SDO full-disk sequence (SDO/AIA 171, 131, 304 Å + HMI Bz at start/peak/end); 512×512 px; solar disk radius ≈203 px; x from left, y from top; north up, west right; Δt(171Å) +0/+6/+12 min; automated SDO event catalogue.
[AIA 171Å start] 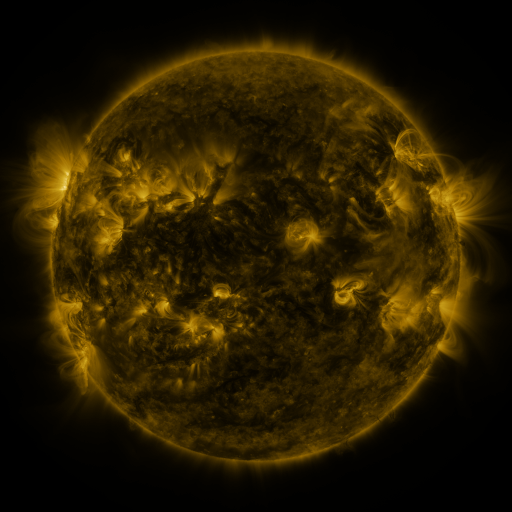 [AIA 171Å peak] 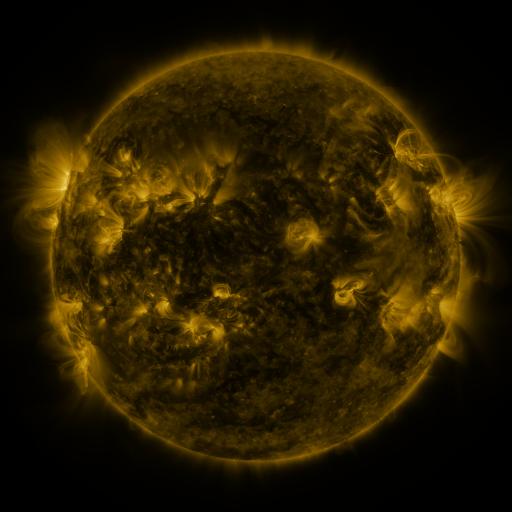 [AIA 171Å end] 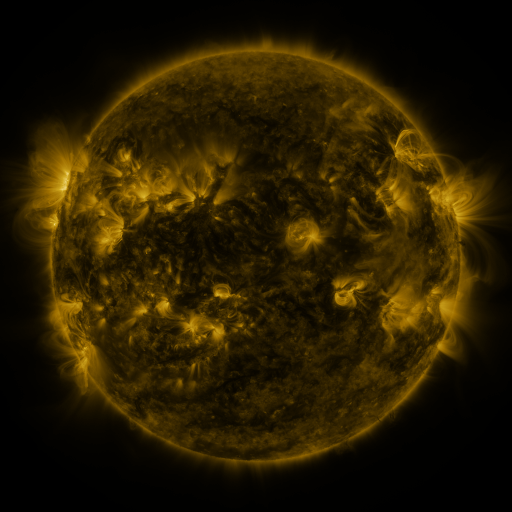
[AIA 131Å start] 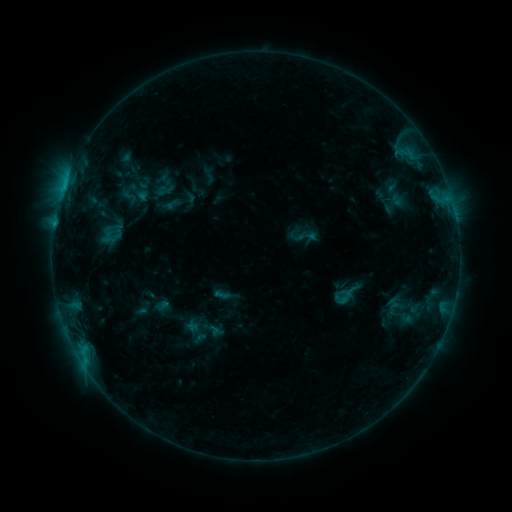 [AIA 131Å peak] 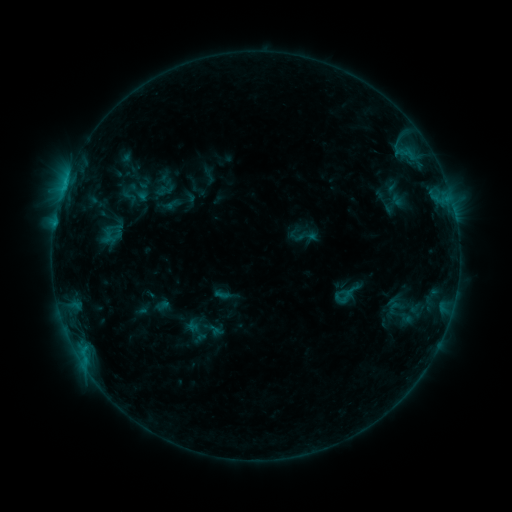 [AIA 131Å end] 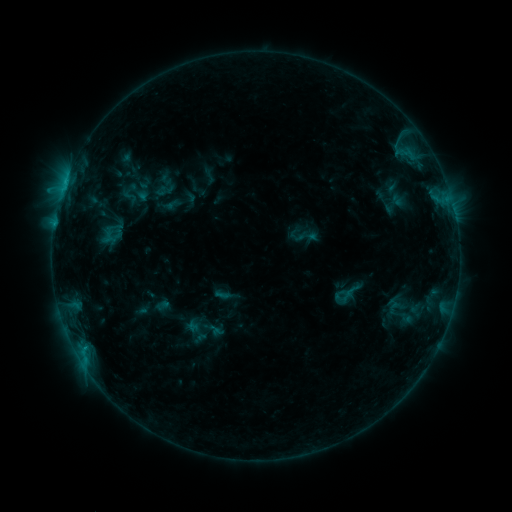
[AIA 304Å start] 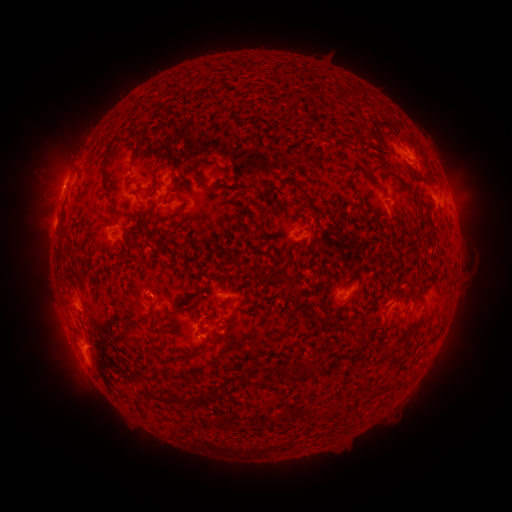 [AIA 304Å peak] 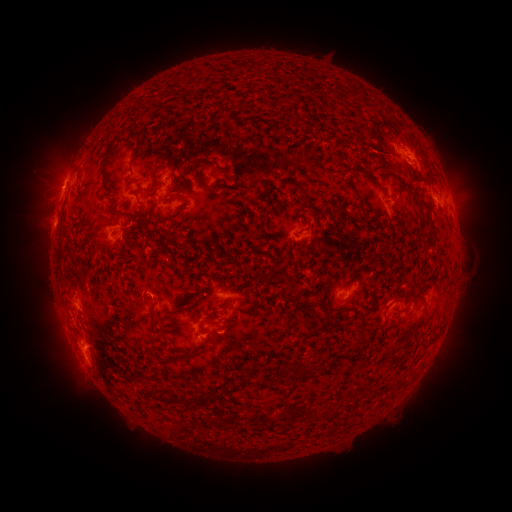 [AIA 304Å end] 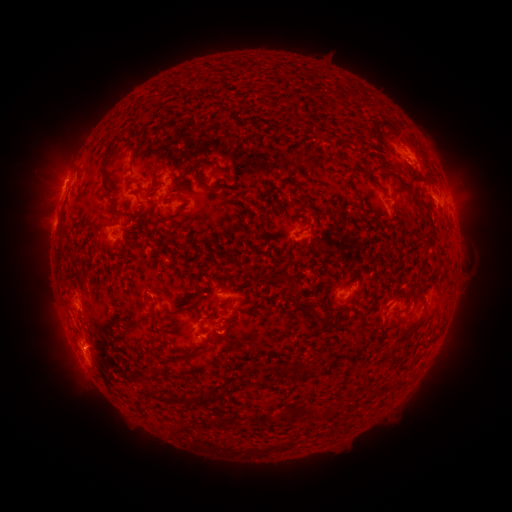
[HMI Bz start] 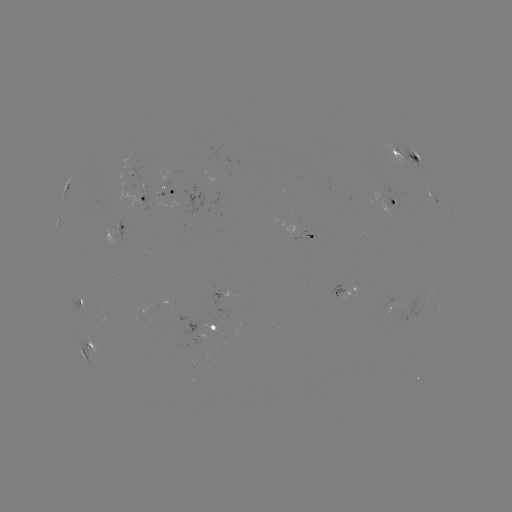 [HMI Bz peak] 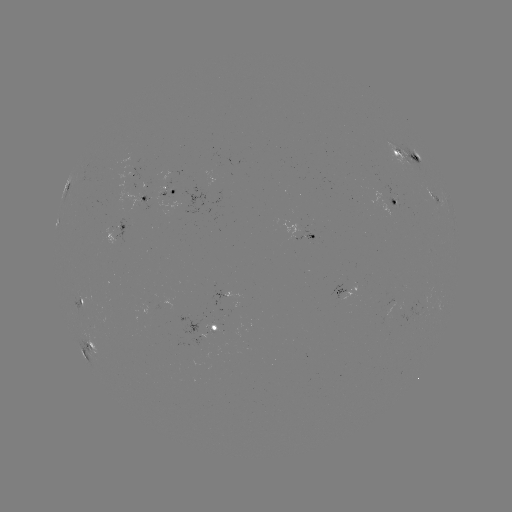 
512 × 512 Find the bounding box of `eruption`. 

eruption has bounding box [39, 143, 86, 187].